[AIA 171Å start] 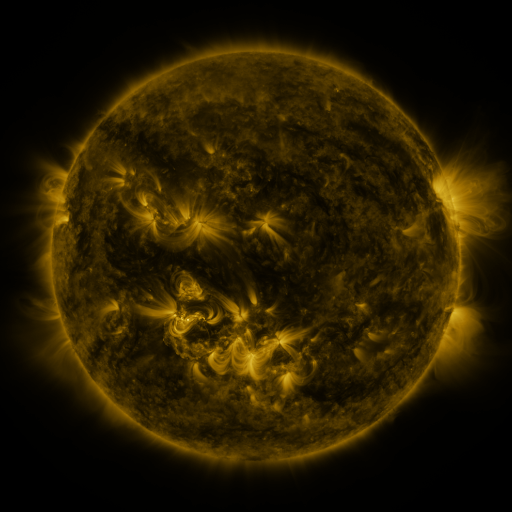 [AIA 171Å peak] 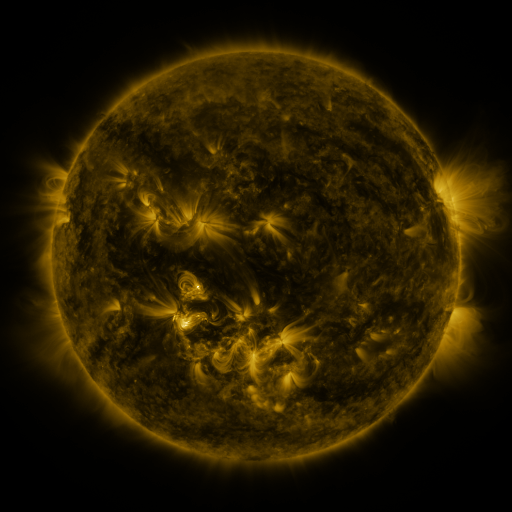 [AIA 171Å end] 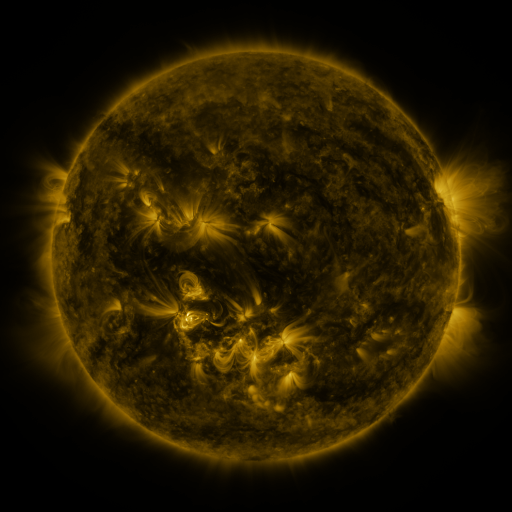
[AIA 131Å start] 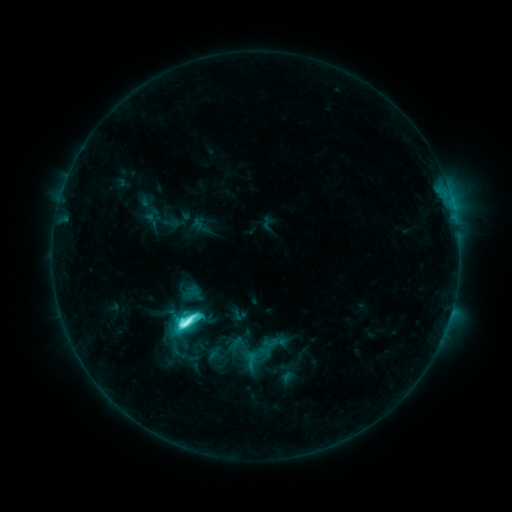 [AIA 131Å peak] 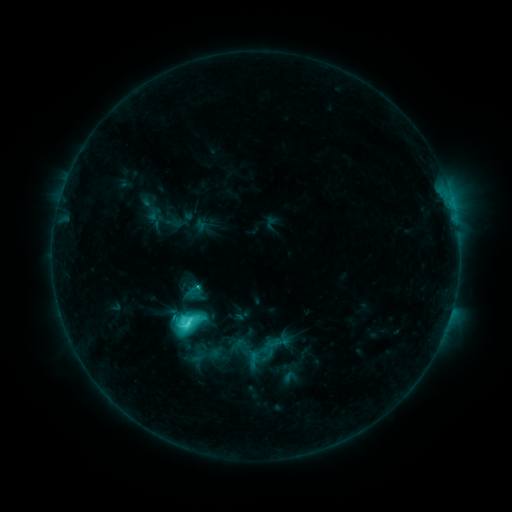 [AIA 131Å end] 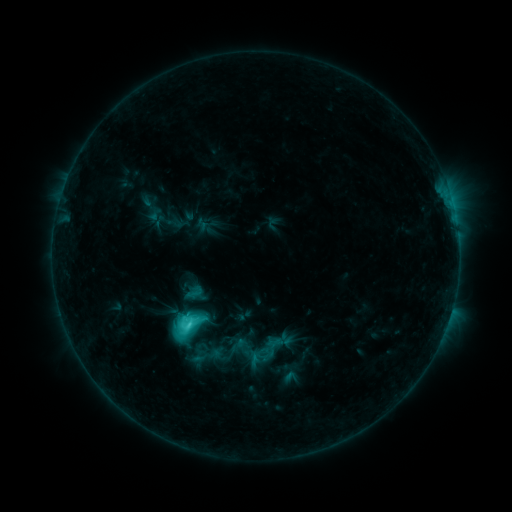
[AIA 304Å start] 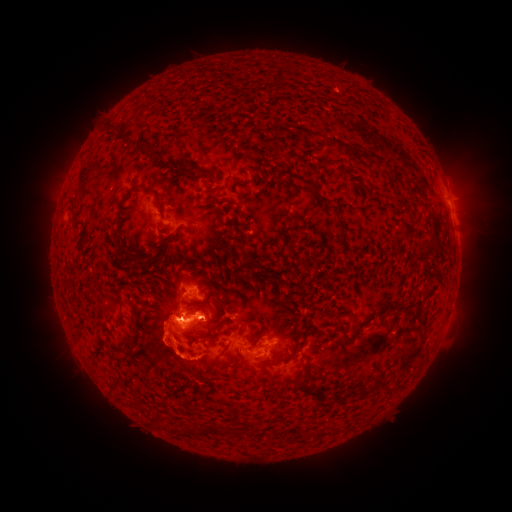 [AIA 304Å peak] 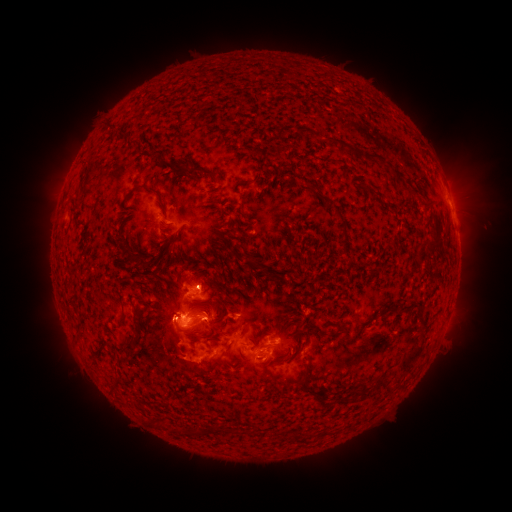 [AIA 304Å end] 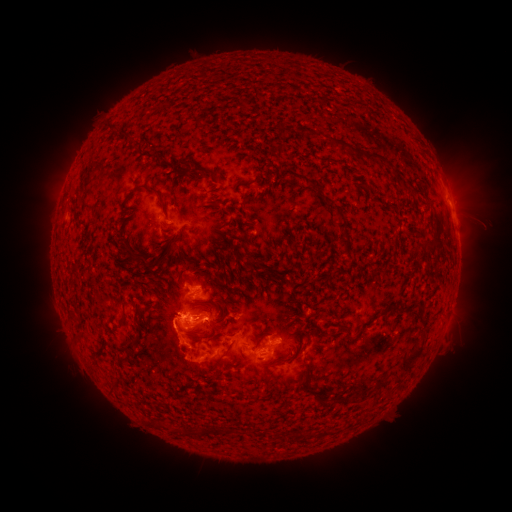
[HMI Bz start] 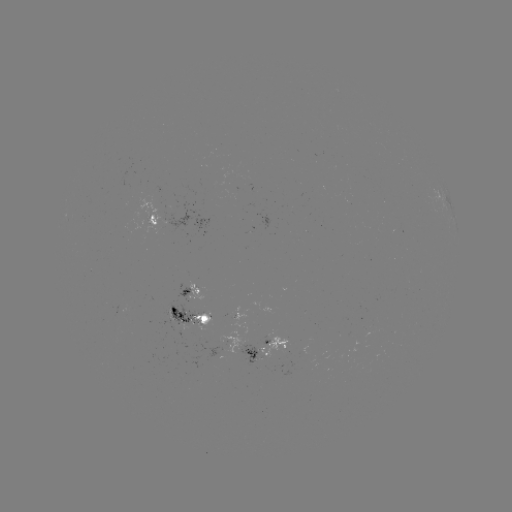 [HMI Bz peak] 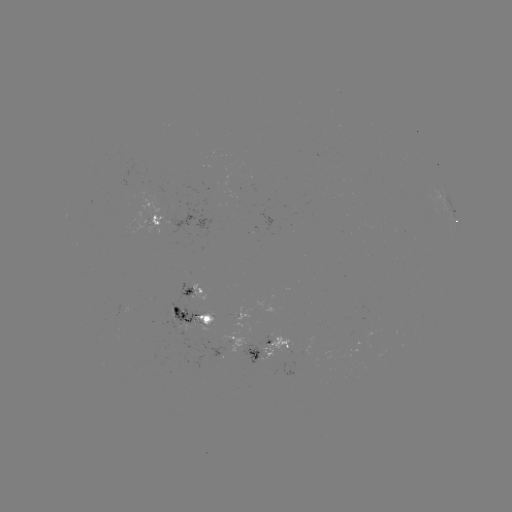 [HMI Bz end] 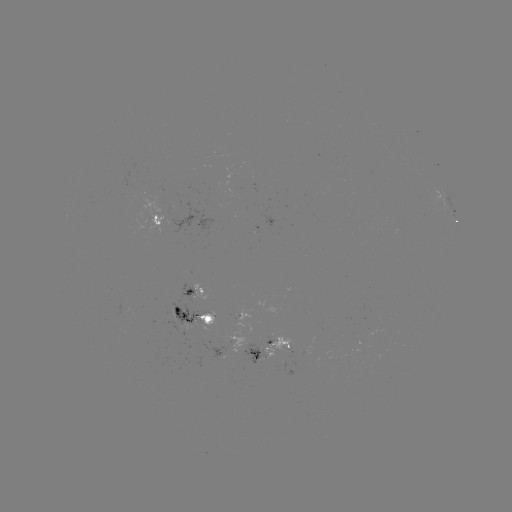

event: emerging-flux region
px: (205, 315)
